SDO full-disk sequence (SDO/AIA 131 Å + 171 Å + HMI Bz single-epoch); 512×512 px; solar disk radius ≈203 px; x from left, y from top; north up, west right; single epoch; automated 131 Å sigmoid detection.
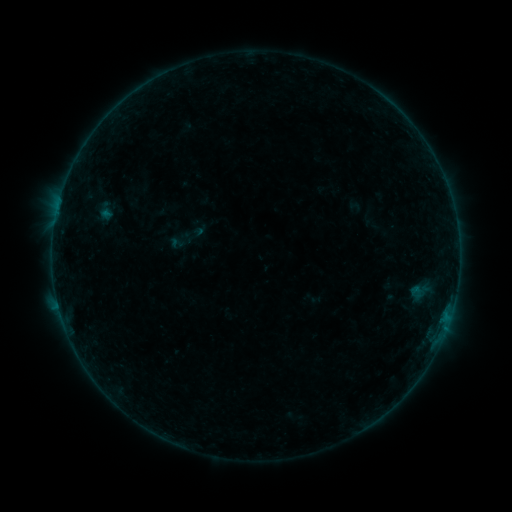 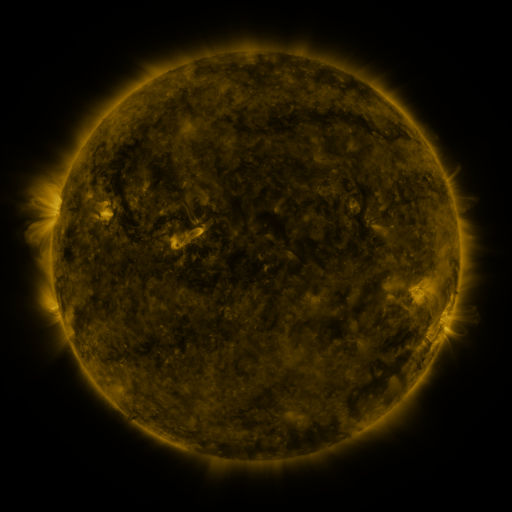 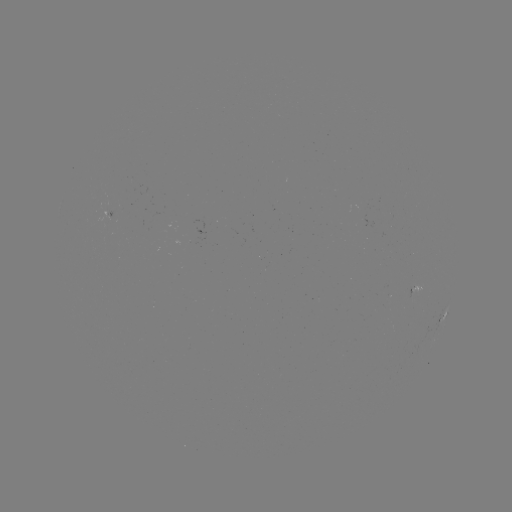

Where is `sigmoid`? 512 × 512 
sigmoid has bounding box [169, 234, 185, 251].